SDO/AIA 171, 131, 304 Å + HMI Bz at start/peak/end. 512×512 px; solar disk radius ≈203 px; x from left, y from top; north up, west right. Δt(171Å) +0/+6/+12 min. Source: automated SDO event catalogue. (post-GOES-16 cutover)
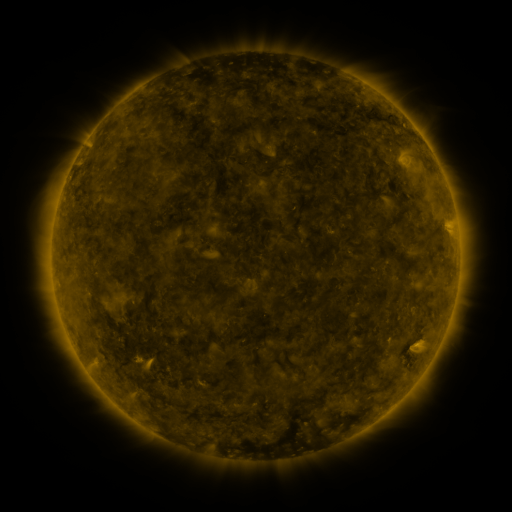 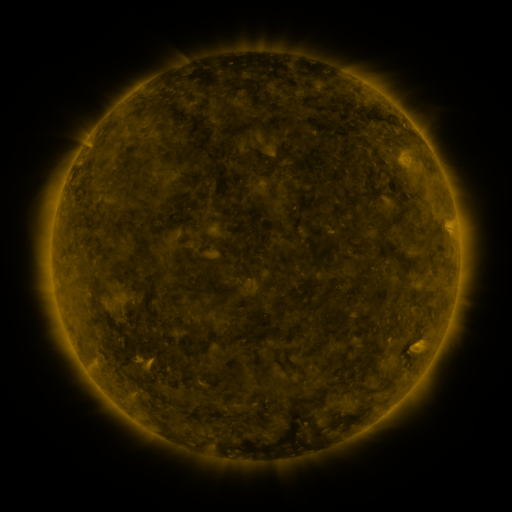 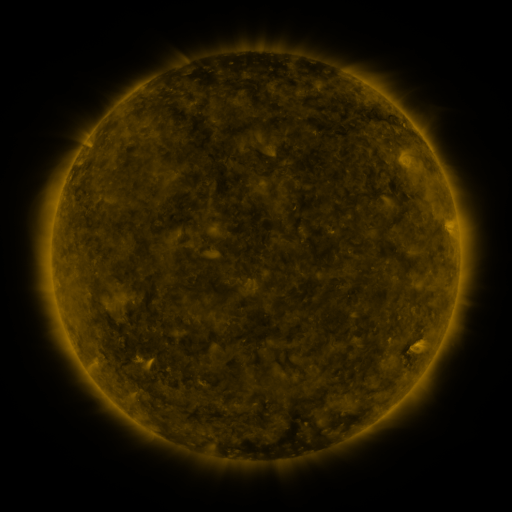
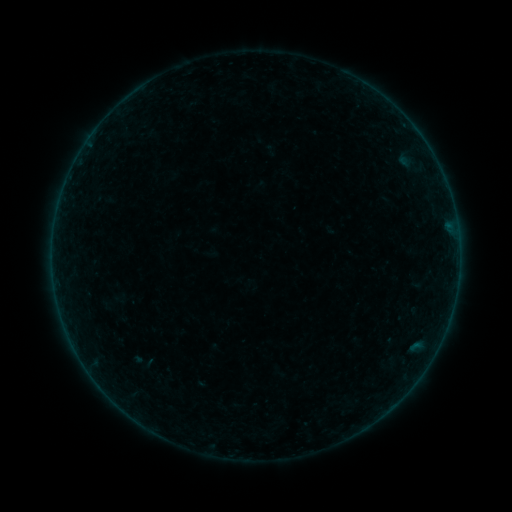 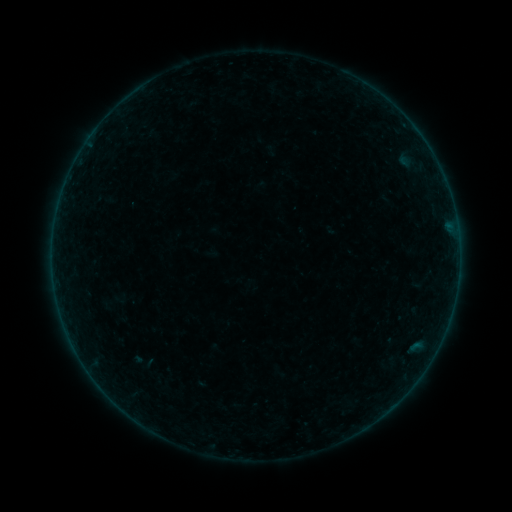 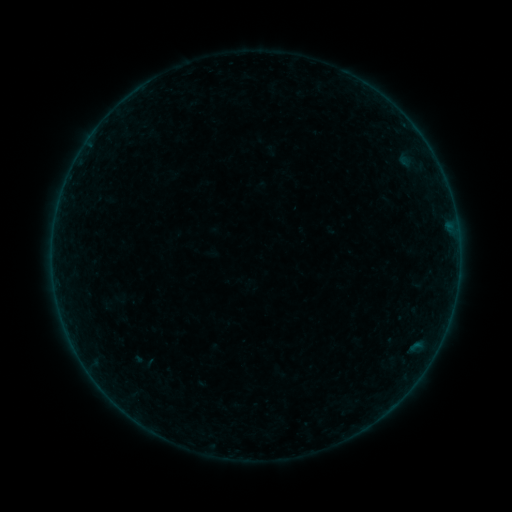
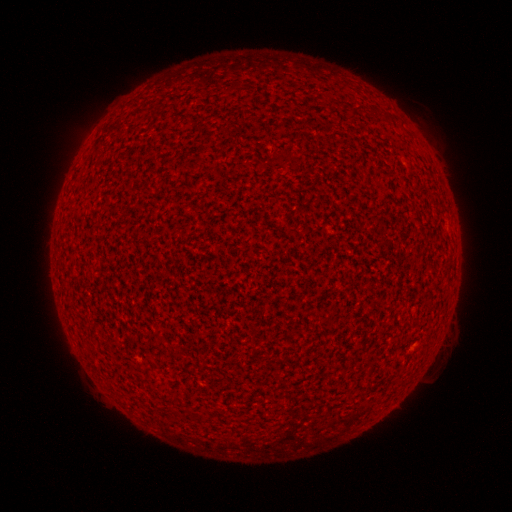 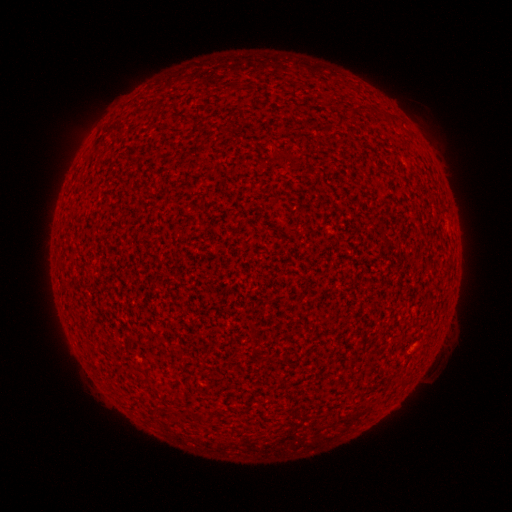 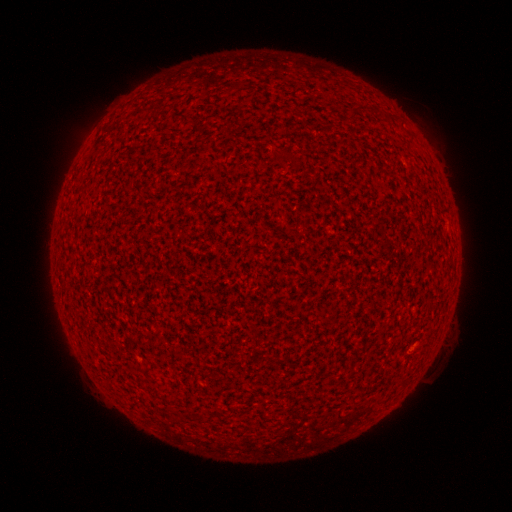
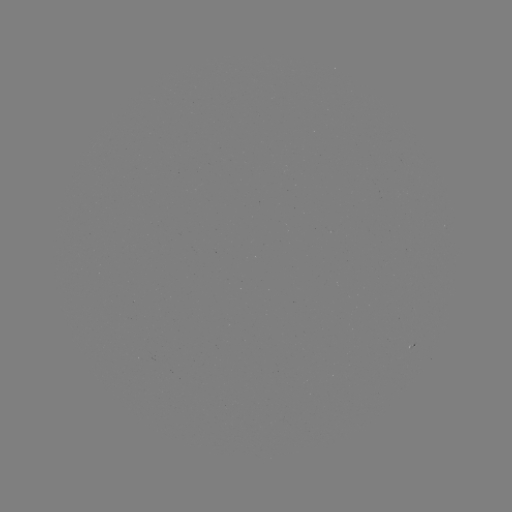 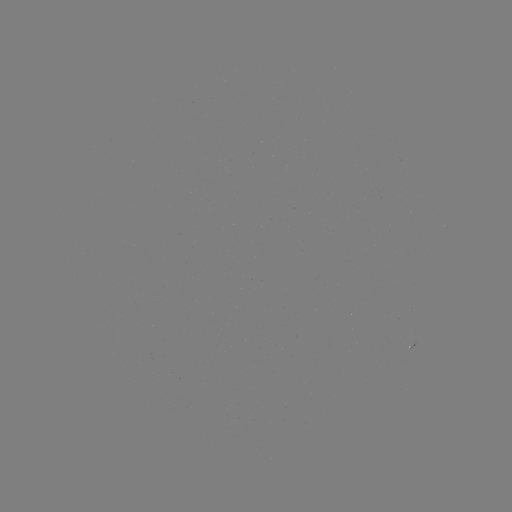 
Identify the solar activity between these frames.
A1.3 flare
